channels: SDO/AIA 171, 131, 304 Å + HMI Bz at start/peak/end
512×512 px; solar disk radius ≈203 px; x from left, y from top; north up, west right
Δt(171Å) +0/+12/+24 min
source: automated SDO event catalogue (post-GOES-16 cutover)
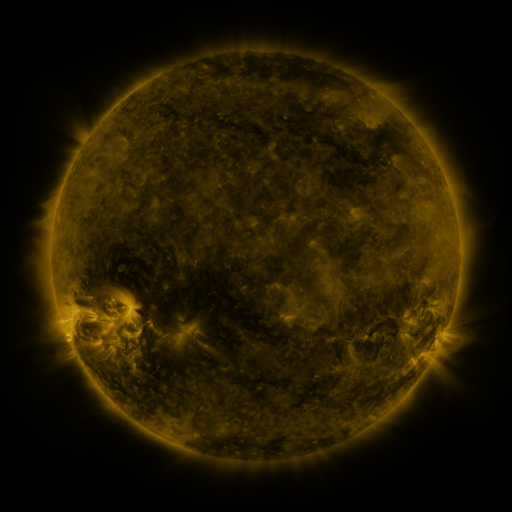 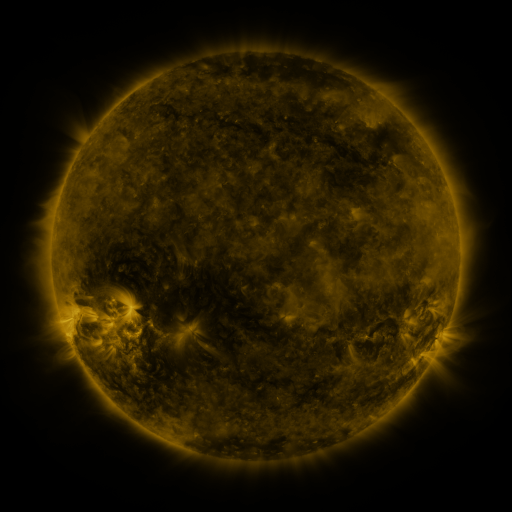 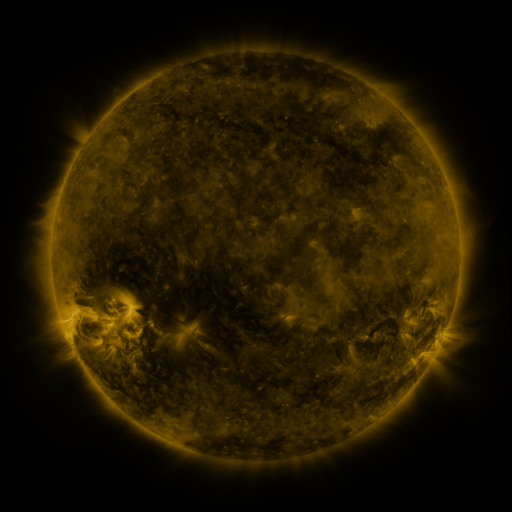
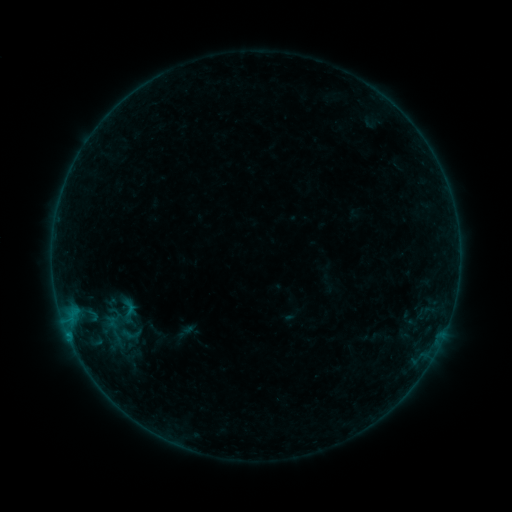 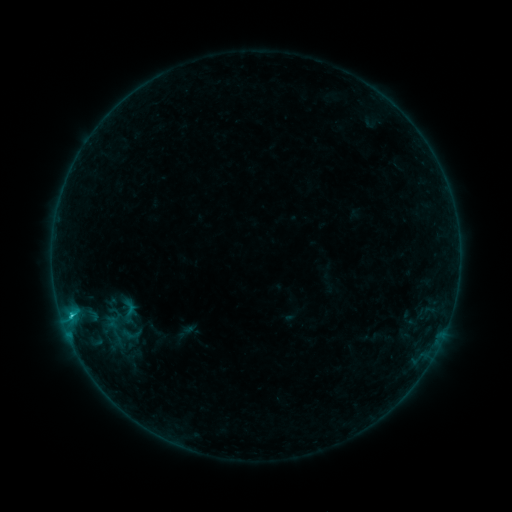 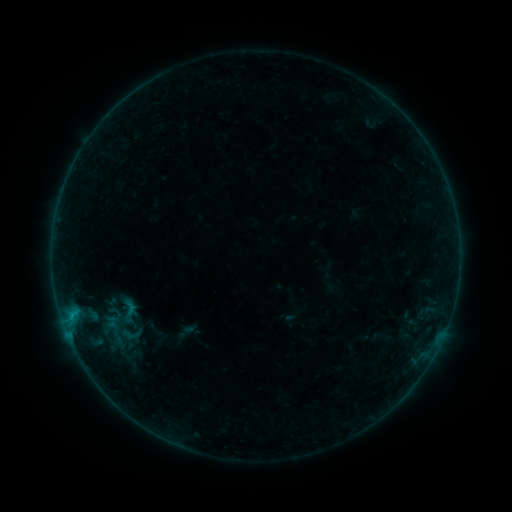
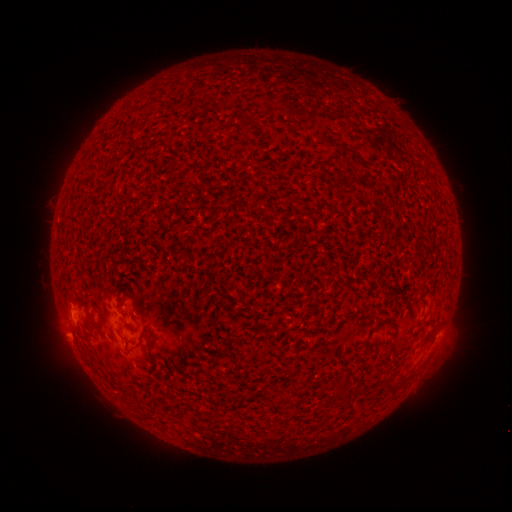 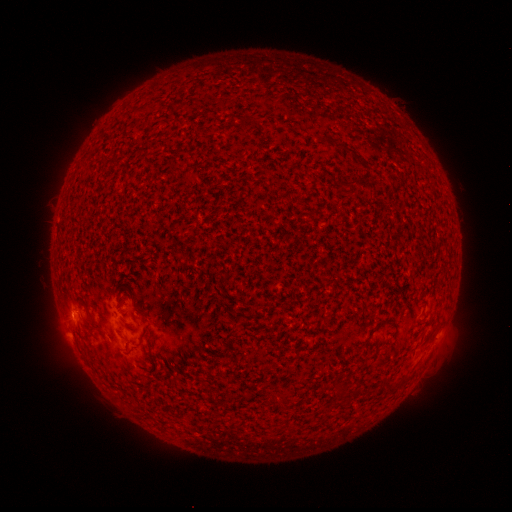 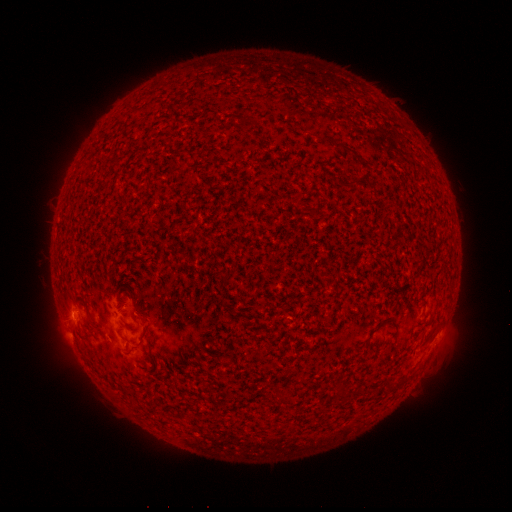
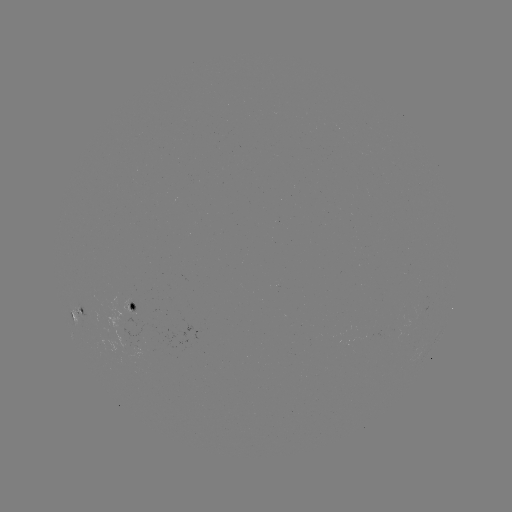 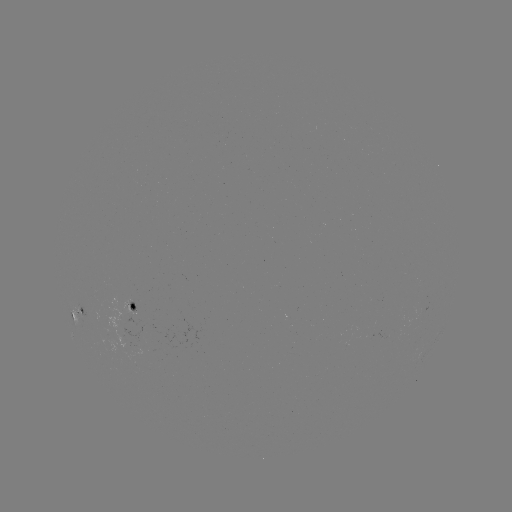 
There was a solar flare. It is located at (71, 313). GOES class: B7.3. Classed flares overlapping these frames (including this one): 1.